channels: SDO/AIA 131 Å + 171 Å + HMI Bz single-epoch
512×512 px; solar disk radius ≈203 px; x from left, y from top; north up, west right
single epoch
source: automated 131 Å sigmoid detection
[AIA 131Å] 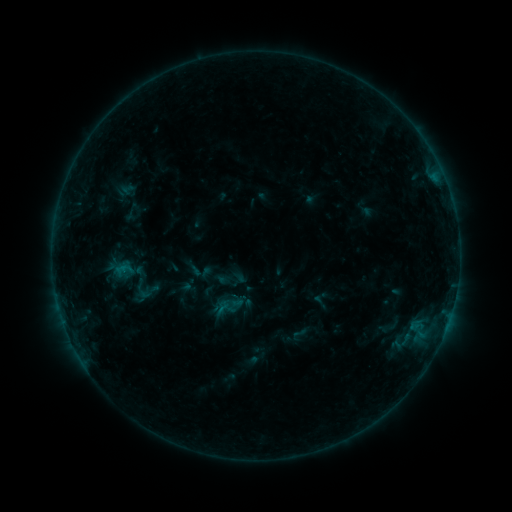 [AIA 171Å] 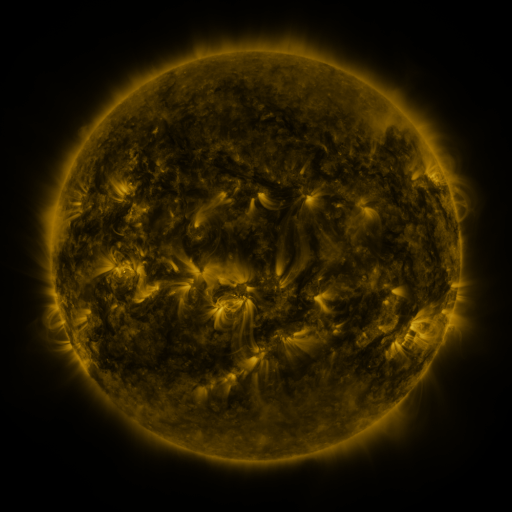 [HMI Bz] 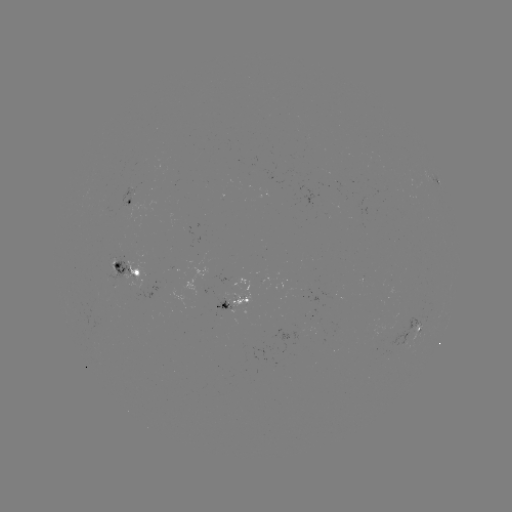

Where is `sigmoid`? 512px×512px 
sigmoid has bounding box [290, 325, 308, 343].